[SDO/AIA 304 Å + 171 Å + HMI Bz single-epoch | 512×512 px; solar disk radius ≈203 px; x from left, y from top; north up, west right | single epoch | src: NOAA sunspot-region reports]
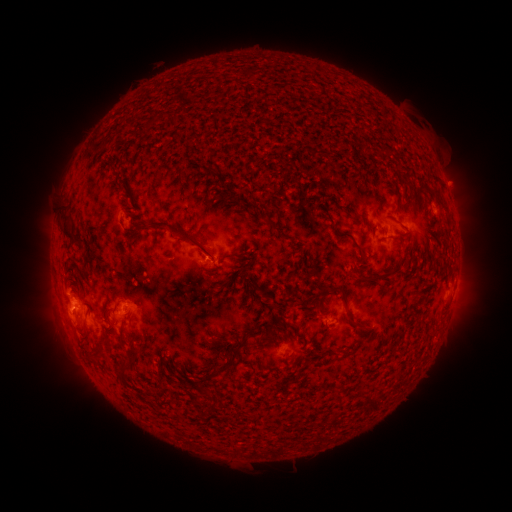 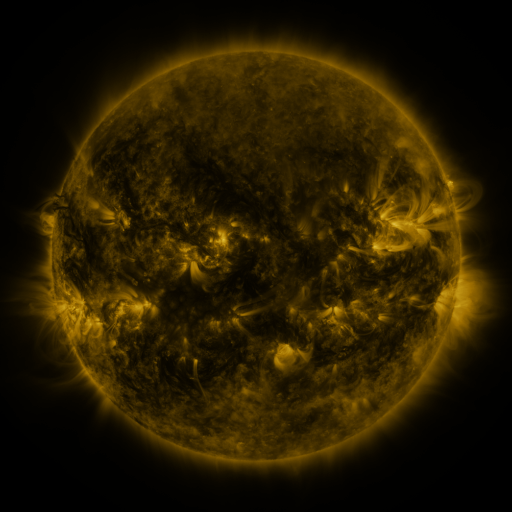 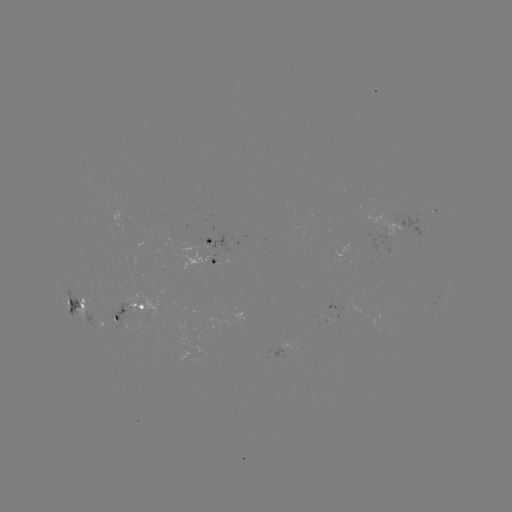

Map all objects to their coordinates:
spotted active region: (210, 241)
spotted active region: (206, 262)
spotted active region: (77, 305)
spotted active region: (129, 310)
spotted active region: (103, 323)
